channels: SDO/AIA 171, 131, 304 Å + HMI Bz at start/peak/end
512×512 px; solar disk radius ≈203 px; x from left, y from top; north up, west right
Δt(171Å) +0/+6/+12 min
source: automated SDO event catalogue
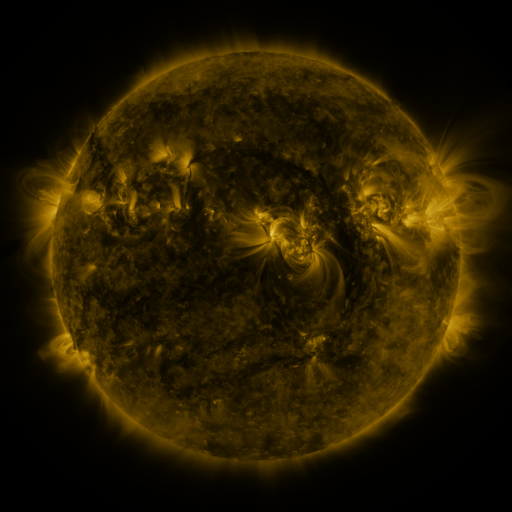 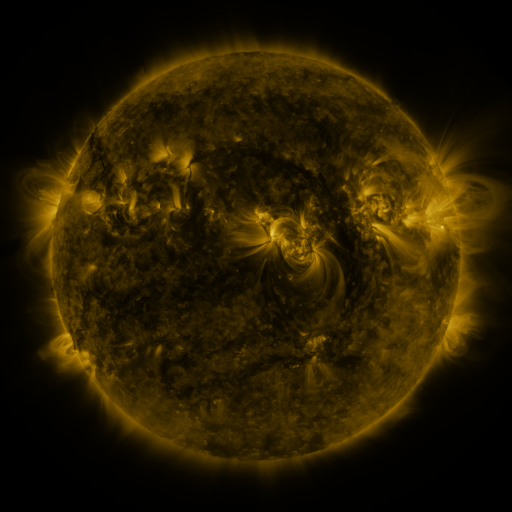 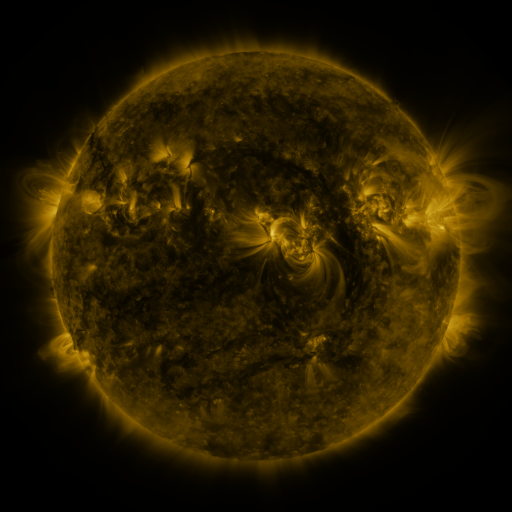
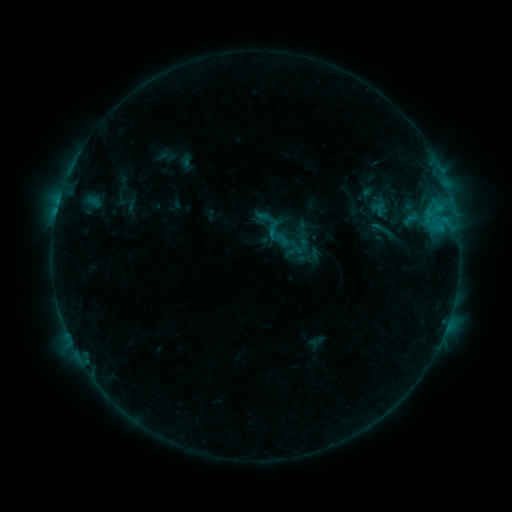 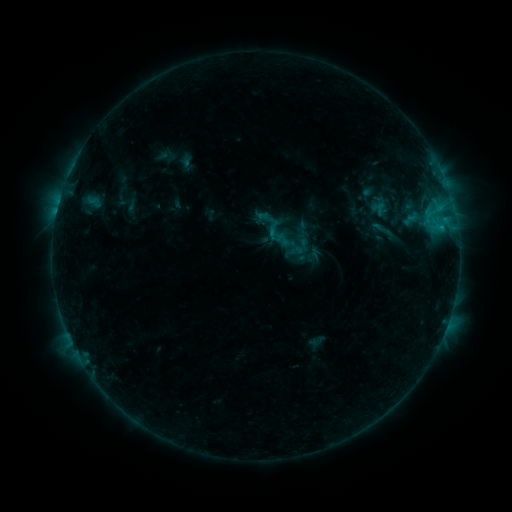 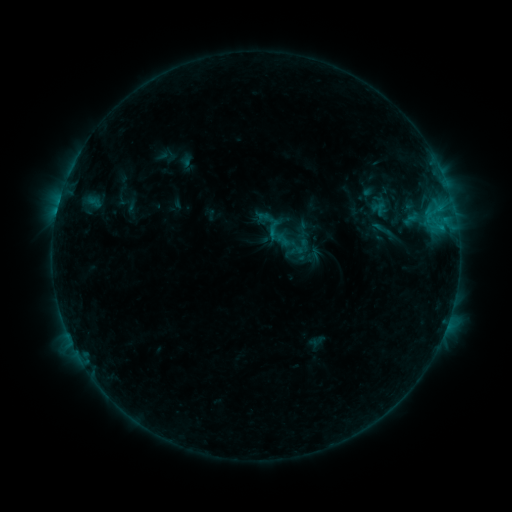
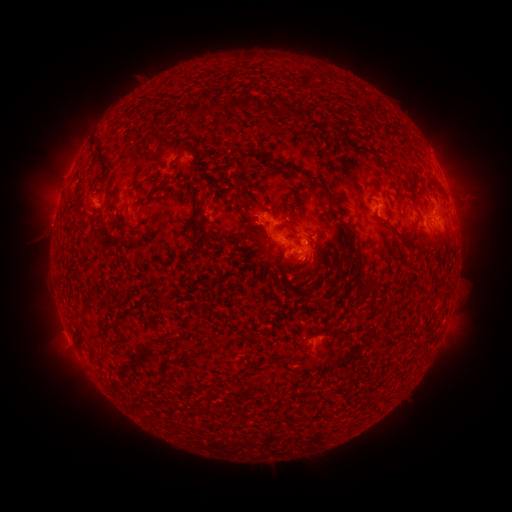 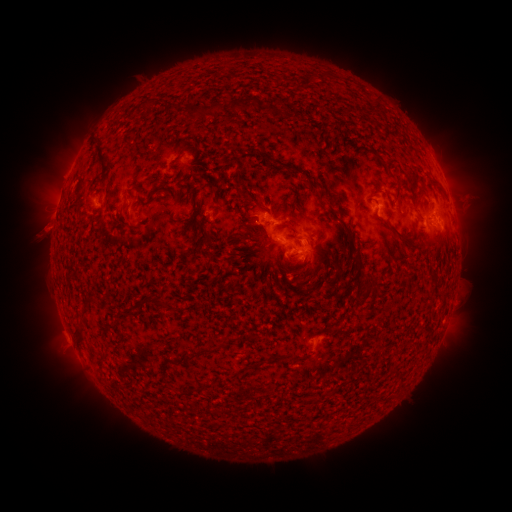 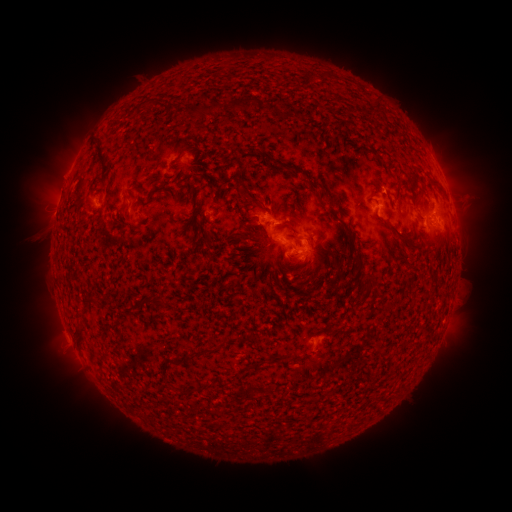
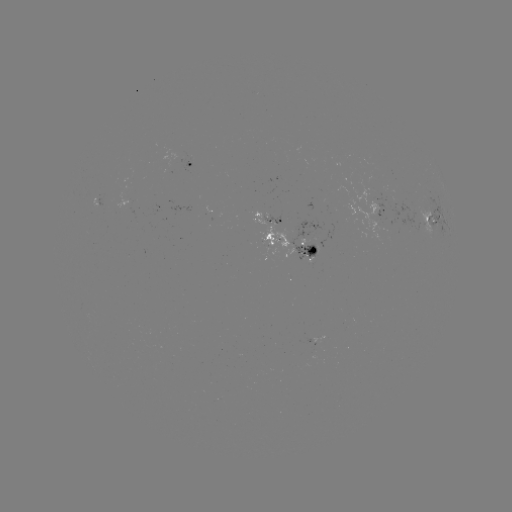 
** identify eruption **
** (44, 229) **